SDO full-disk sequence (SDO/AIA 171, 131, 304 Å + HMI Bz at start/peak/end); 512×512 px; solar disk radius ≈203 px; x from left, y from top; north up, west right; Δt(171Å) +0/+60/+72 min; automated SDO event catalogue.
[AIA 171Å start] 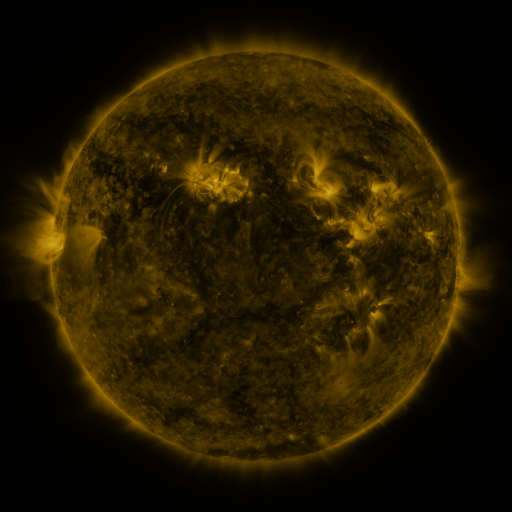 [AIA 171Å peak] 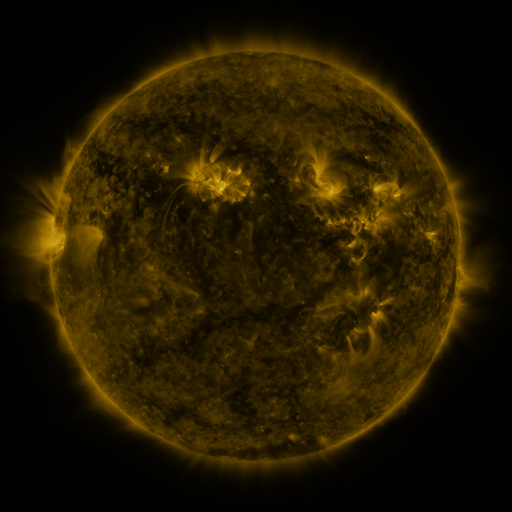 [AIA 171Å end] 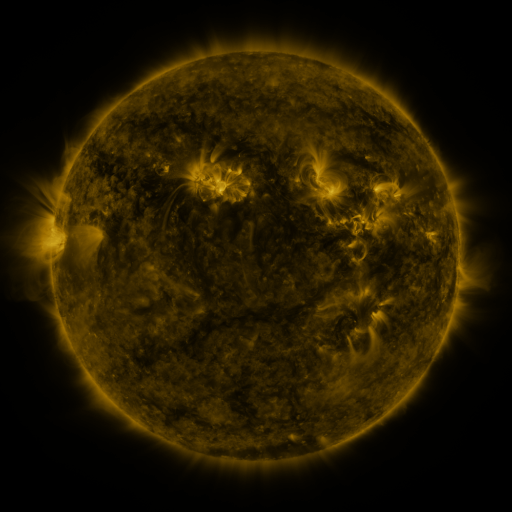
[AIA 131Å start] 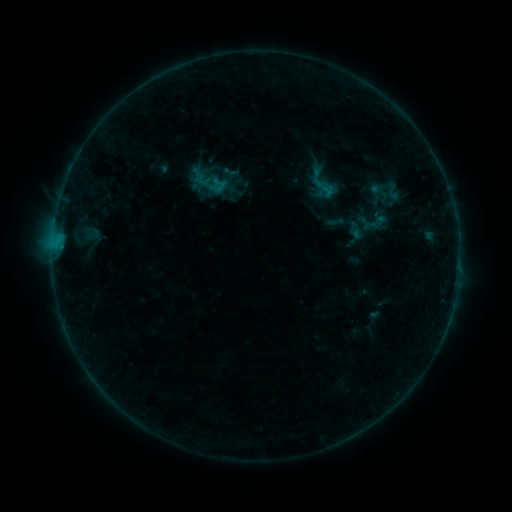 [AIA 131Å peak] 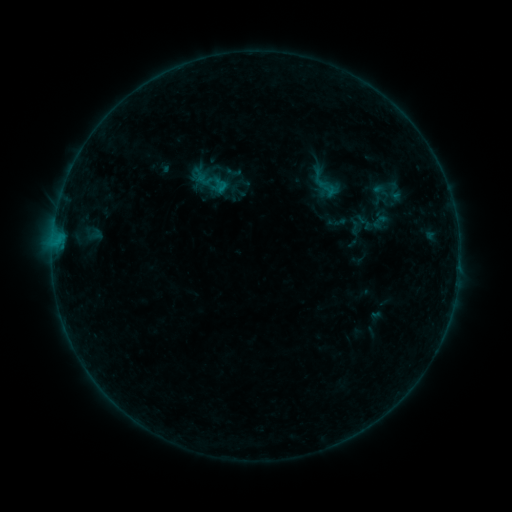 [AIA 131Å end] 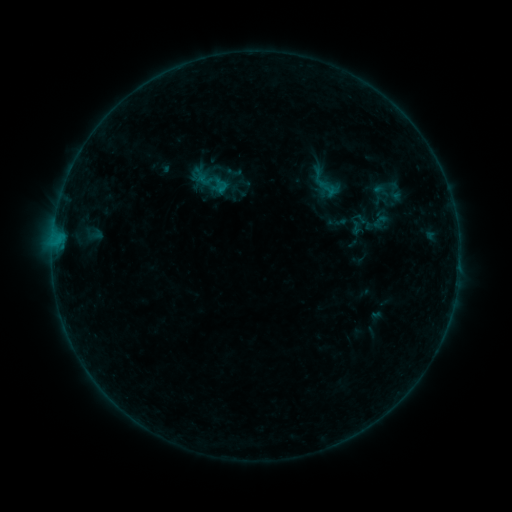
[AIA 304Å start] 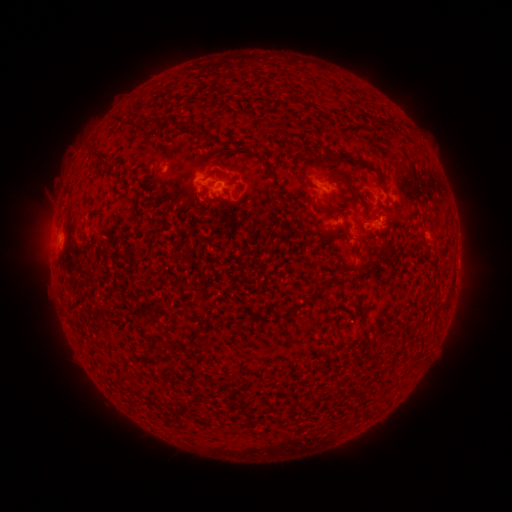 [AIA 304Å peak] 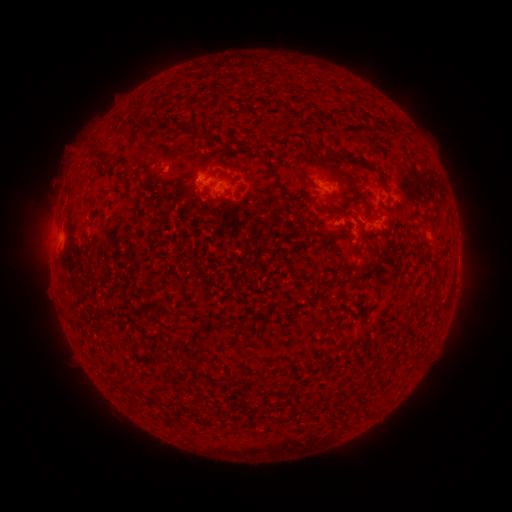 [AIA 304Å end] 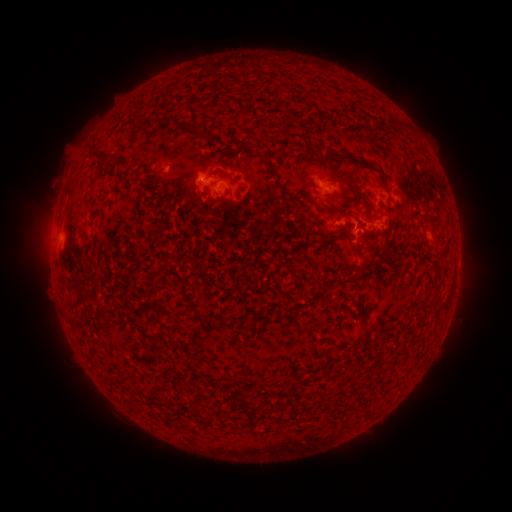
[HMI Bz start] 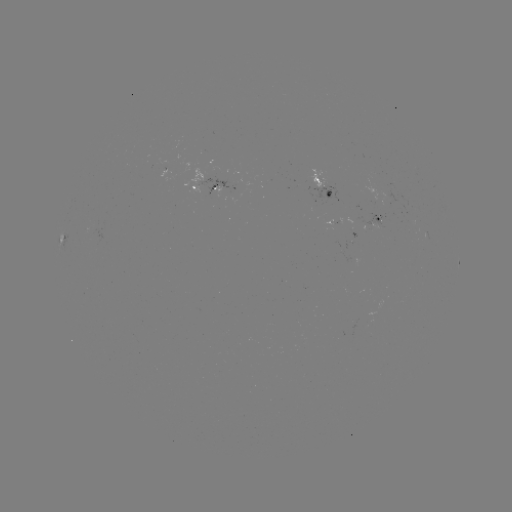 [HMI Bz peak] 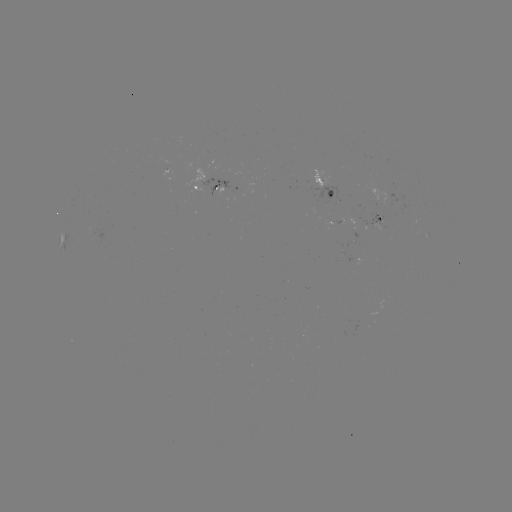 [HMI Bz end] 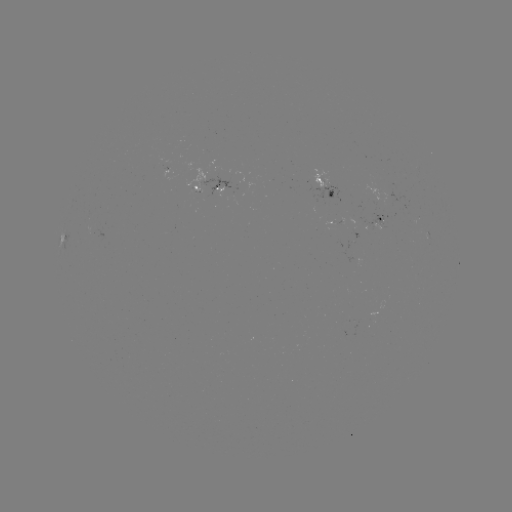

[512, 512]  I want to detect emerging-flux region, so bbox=[324, 220, 335, 225].